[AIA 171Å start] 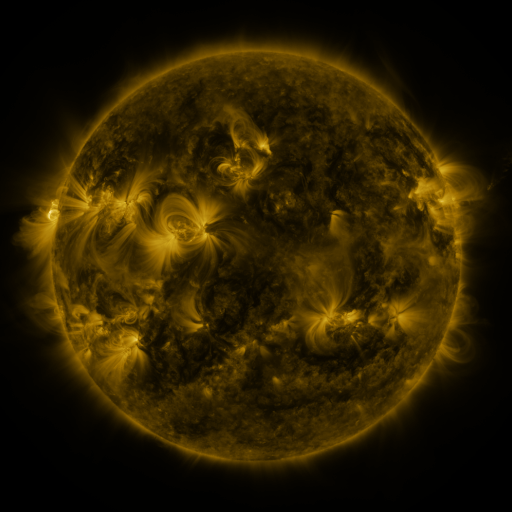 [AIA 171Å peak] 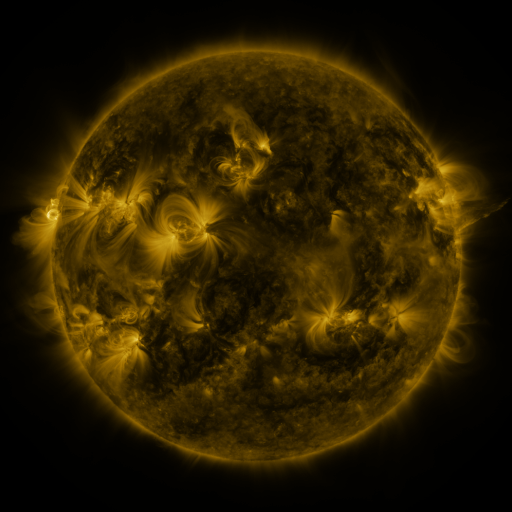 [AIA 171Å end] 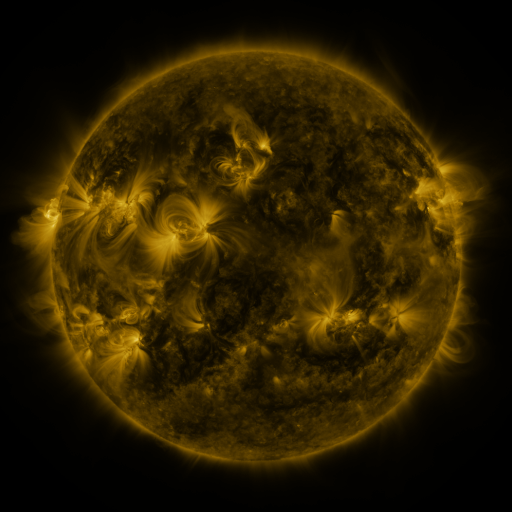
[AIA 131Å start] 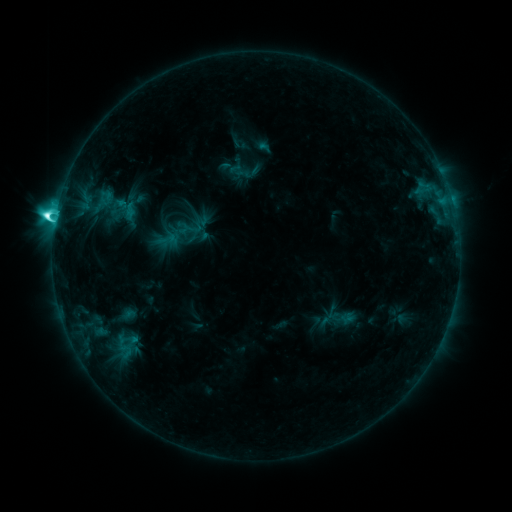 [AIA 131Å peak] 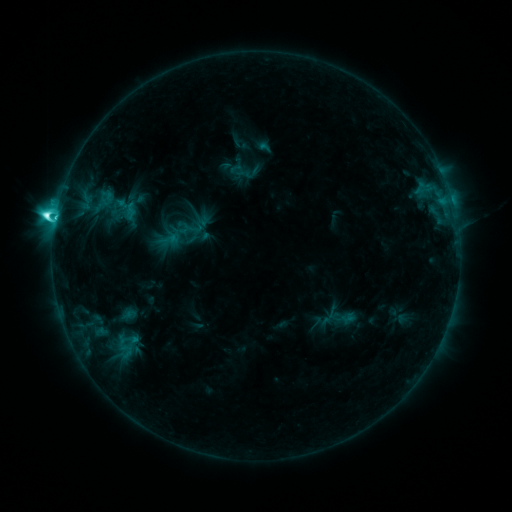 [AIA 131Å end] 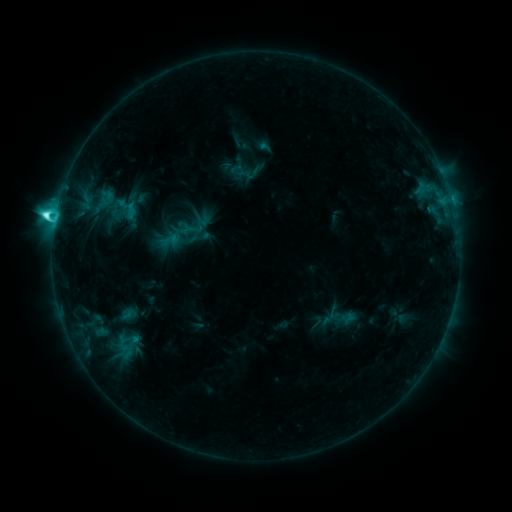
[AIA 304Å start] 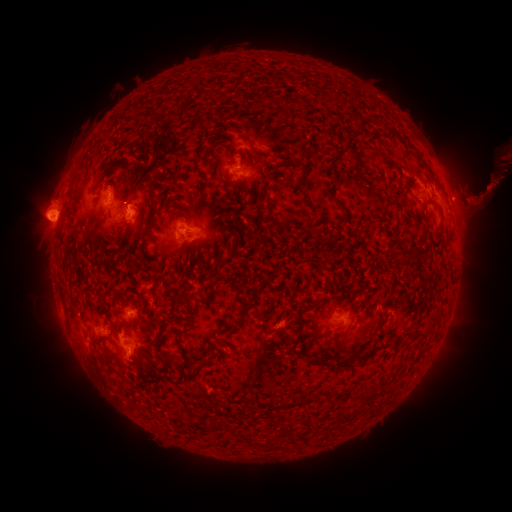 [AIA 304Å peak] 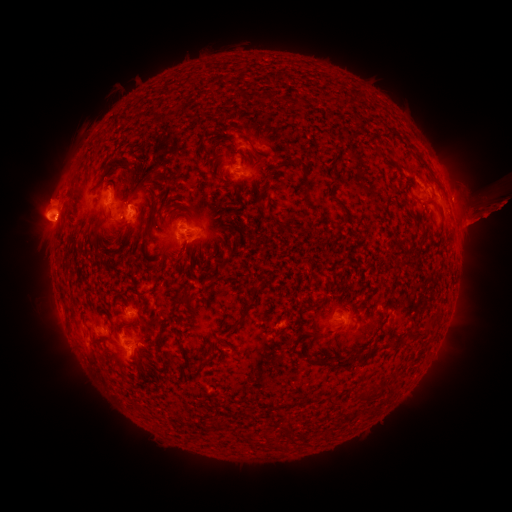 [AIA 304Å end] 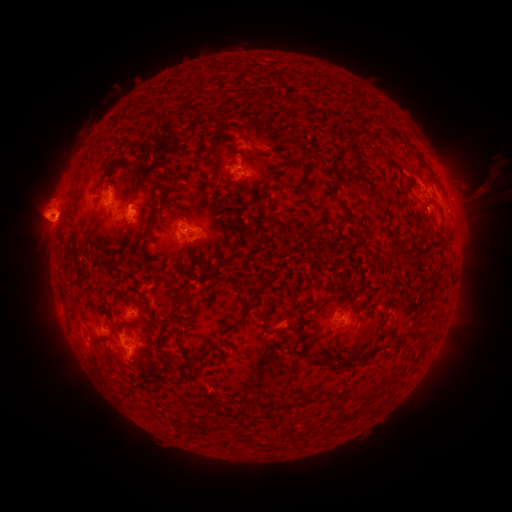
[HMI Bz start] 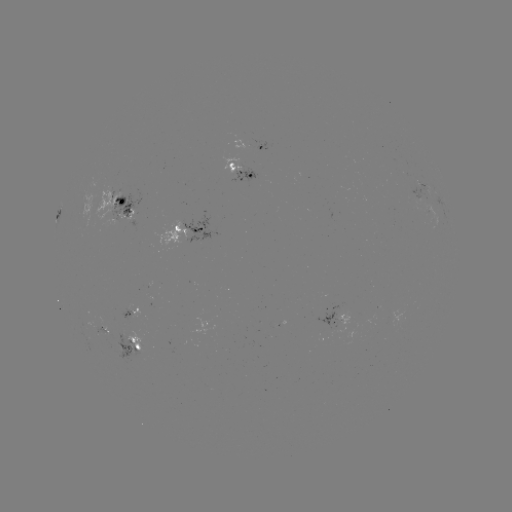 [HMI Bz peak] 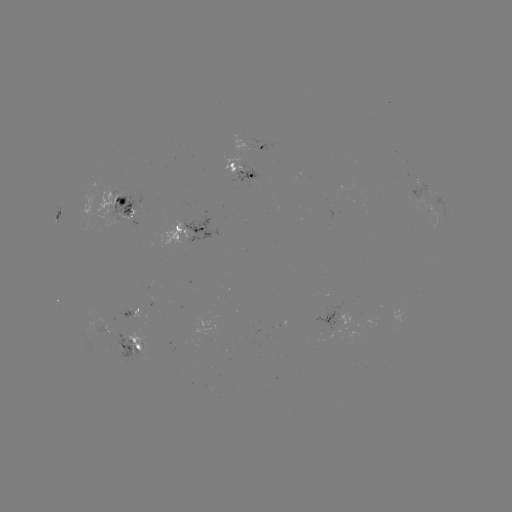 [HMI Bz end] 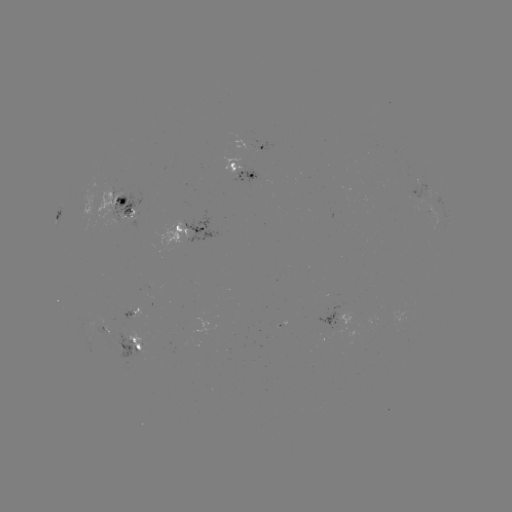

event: eruption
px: (485, 205)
